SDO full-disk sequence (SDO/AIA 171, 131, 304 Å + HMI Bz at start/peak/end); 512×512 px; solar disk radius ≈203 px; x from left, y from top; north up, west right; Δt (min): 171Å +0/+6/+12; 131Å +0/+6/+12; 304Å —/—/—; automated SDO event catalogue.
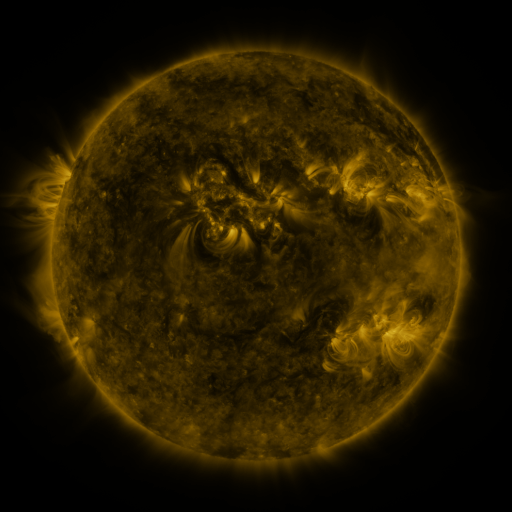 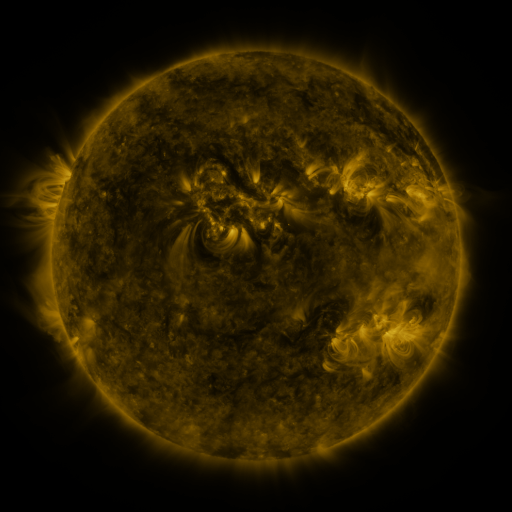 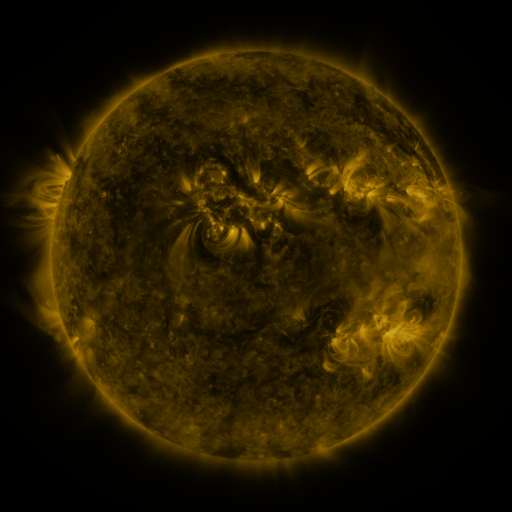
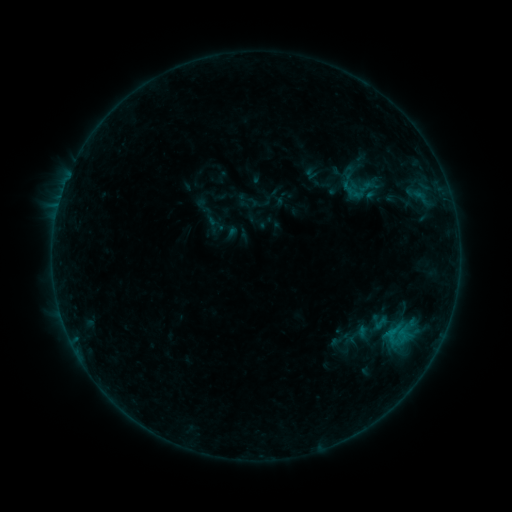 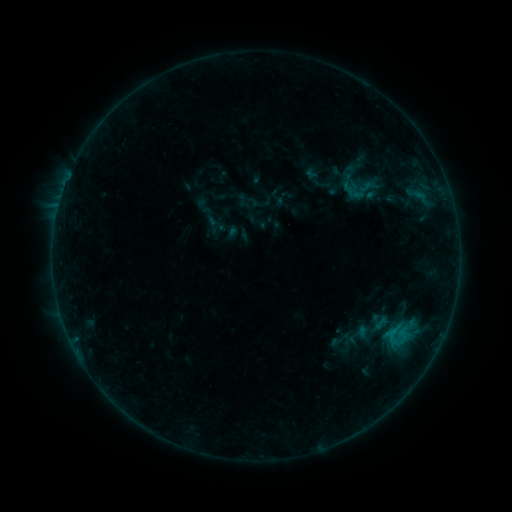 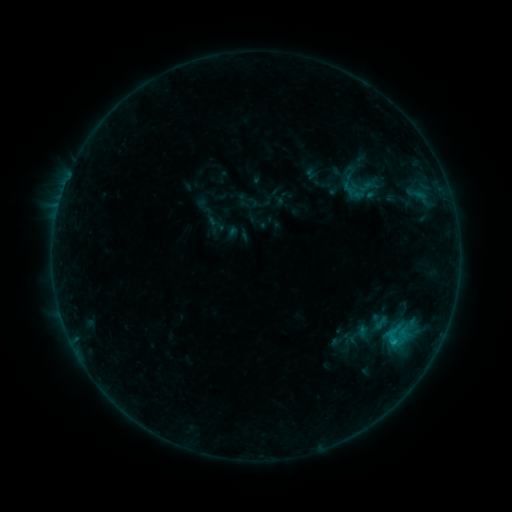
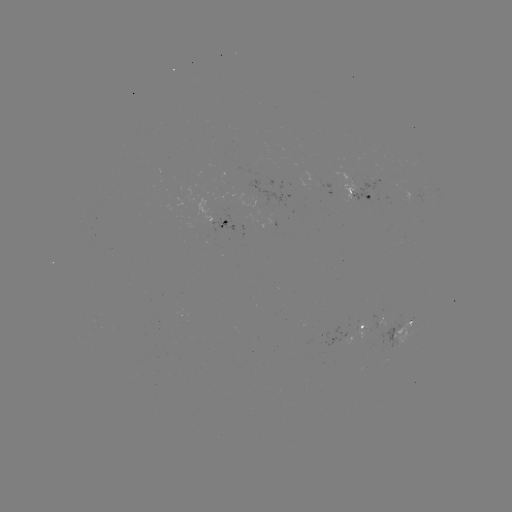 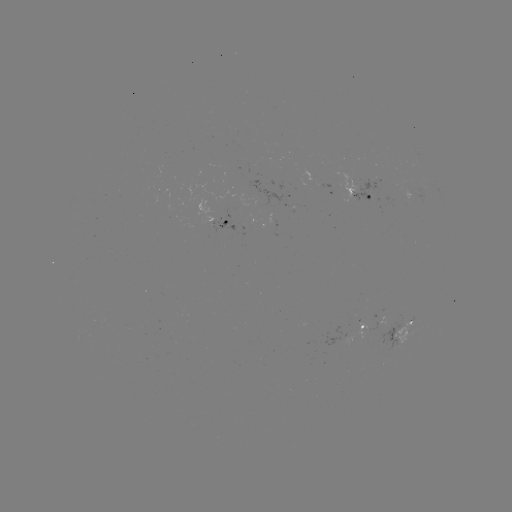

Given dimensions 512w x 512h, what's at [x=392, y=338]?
B3.7 flare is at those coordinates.